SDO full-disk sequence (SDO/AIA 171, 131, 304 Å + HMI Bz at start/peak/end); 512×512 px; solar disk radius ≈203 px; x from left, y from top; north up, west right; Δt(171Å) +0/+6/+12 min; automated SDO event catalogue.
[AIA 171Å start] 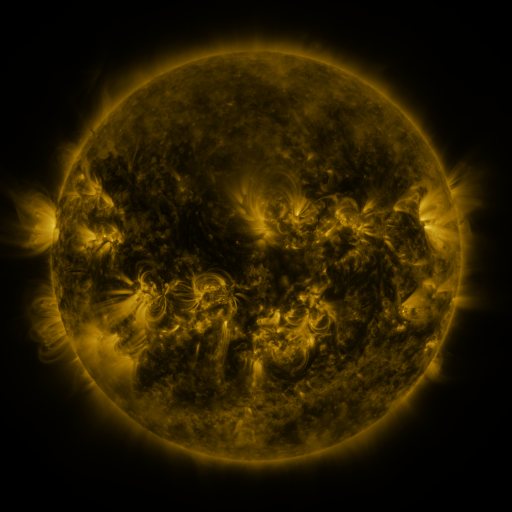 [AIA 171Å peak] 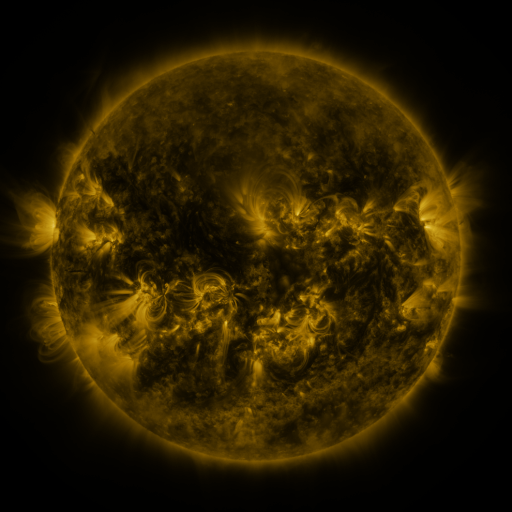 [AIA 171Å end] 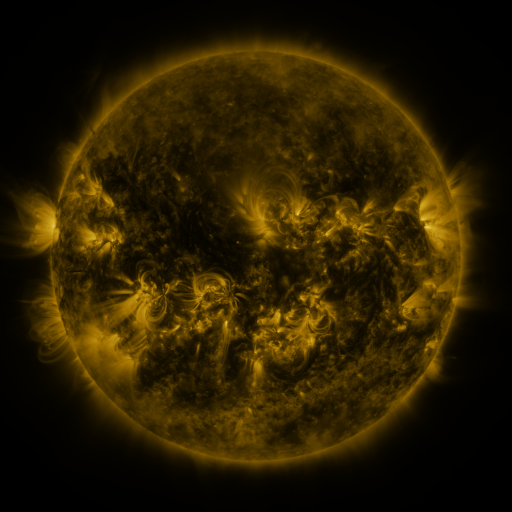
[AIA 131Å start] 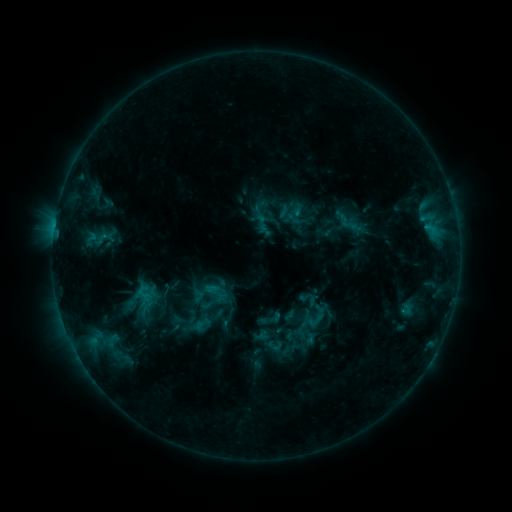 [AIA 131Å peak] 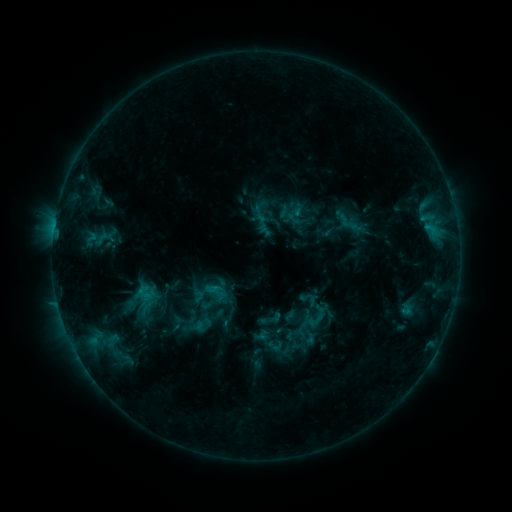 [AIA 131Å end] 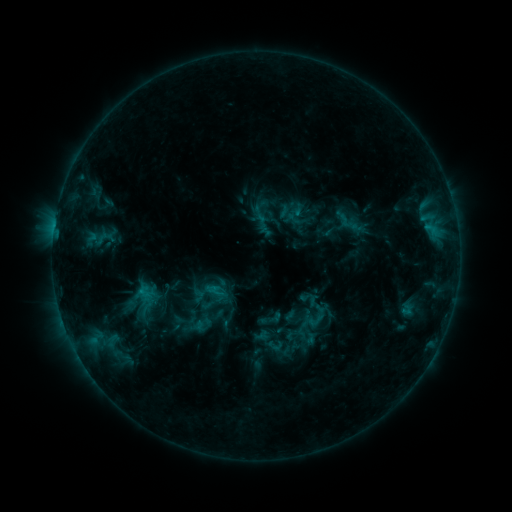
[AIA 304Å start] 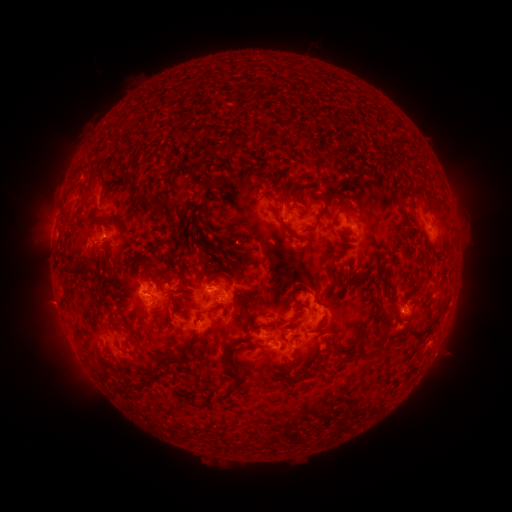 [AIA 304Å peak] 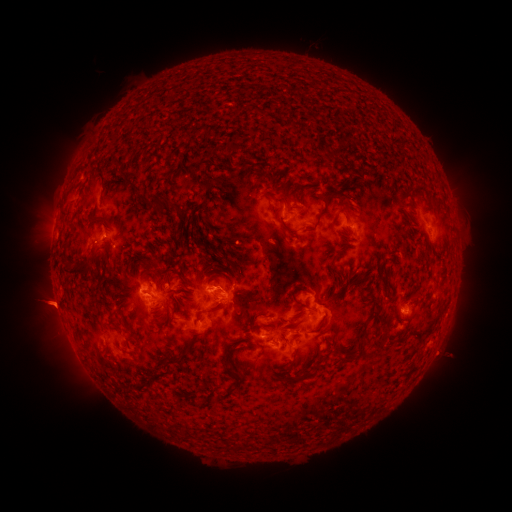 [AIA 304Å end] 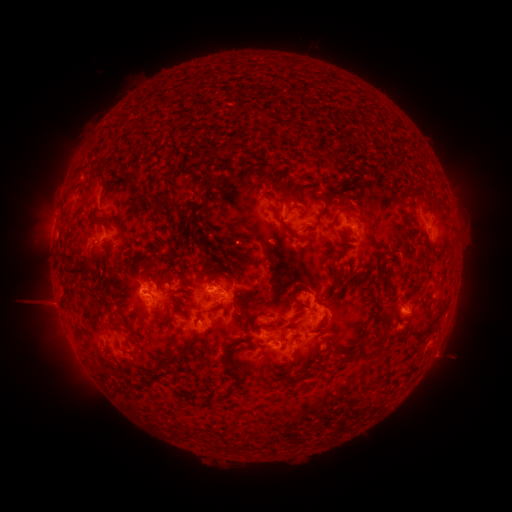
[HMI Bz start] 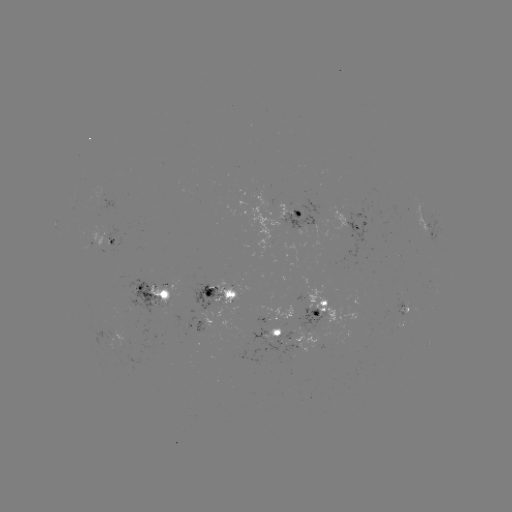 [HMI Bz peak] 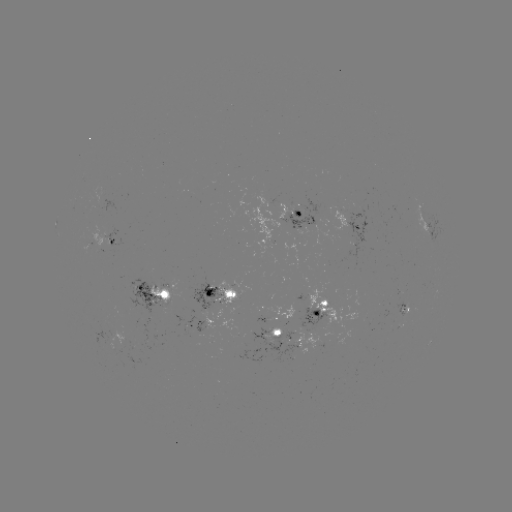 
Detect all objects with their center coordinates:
eruption: (48, 305)
